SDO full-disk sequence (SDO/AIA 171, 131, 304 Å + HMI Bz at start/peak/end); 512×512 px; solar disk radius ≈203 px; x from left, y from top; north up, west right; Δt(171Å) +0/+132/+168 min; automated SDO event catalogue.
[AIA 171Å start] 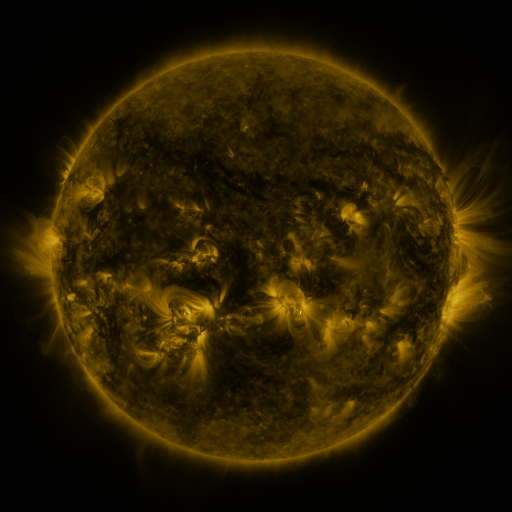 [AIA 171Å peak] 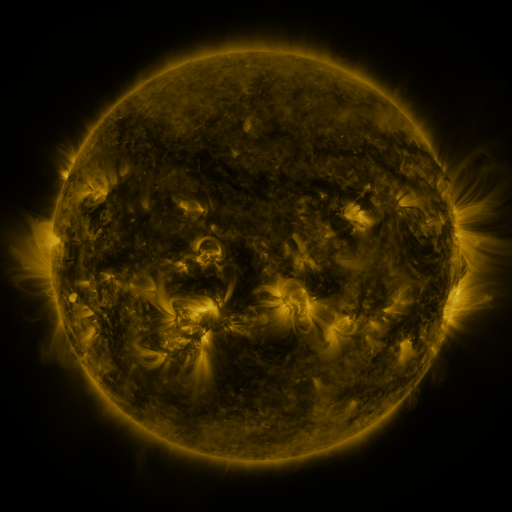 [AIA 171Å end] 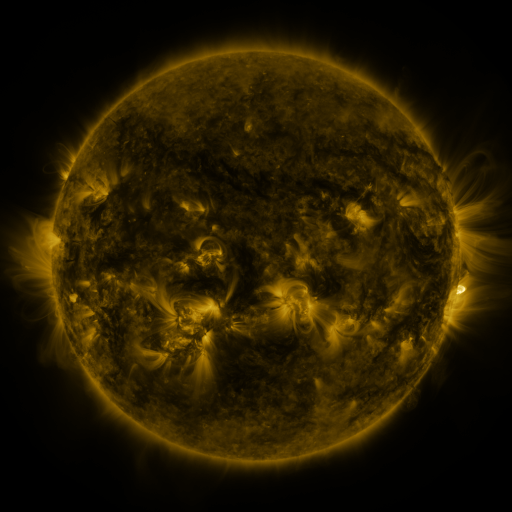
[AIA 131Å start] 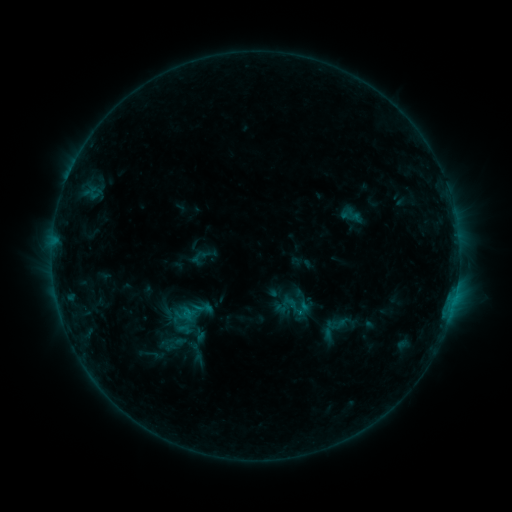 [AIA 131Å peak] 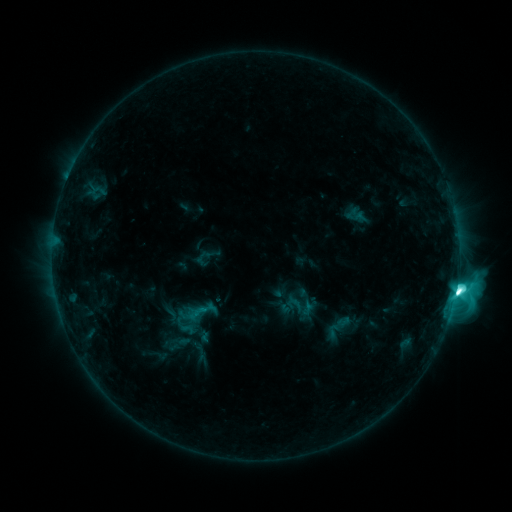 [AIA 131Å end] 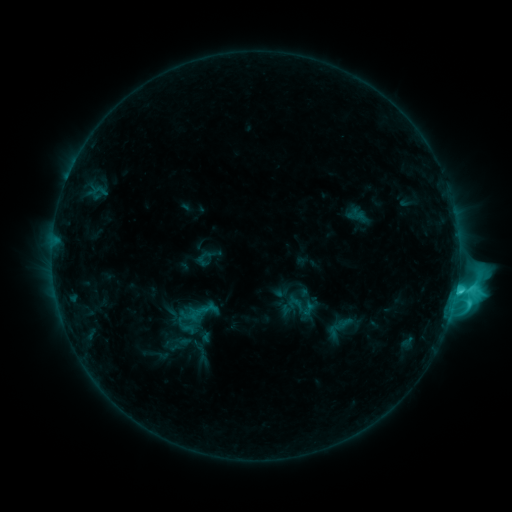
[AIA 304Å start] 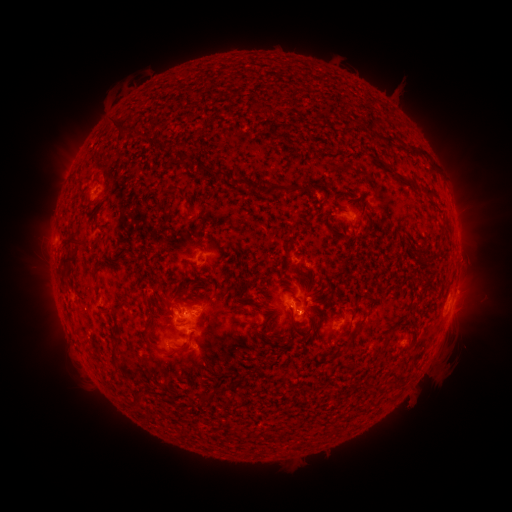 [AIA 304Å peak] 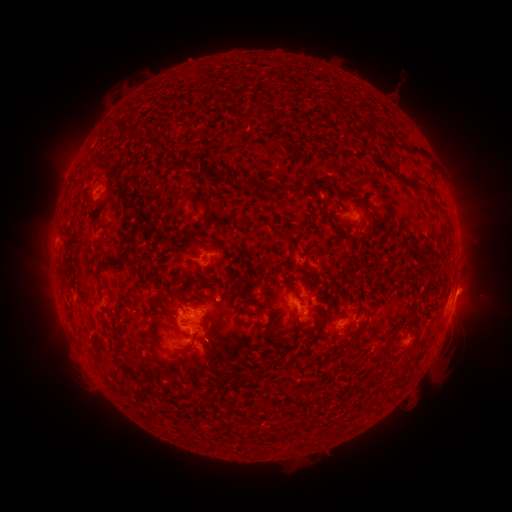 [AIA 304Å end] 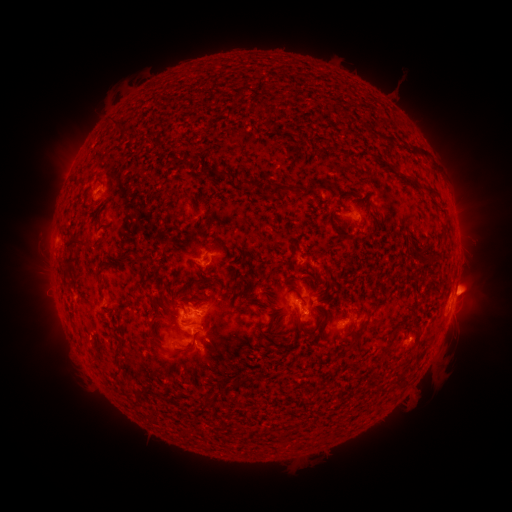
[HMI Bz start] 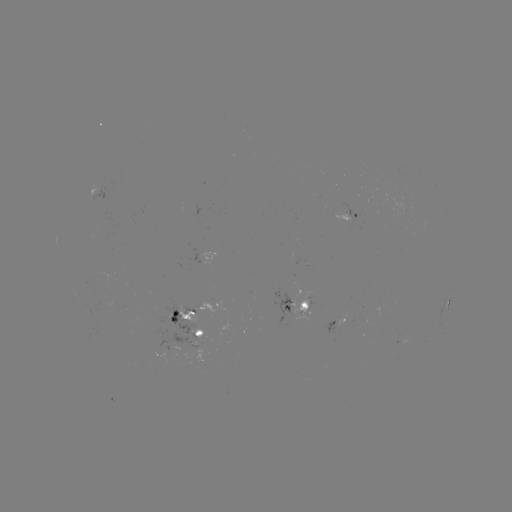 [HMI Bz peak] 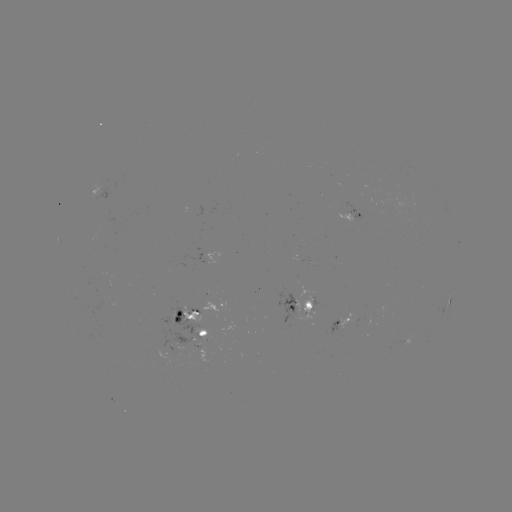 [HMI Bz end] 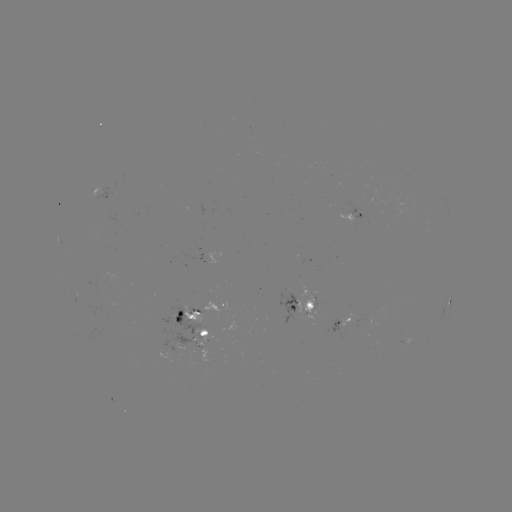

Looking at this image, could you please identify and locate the emerging-flux region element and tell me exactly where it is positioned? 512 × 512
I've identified emerging-flux region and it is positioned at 292,310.